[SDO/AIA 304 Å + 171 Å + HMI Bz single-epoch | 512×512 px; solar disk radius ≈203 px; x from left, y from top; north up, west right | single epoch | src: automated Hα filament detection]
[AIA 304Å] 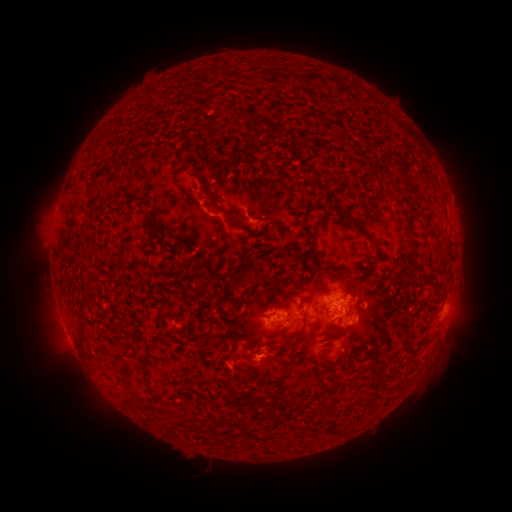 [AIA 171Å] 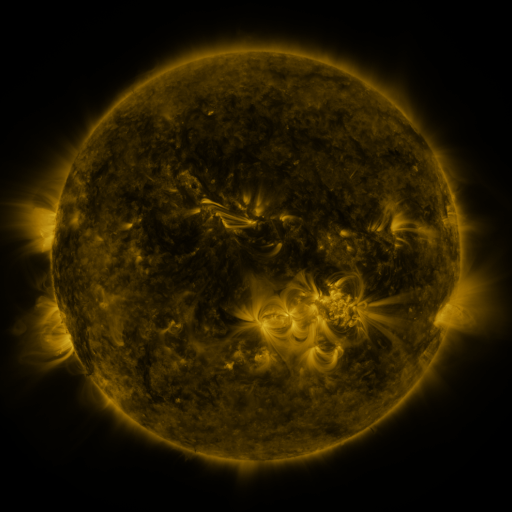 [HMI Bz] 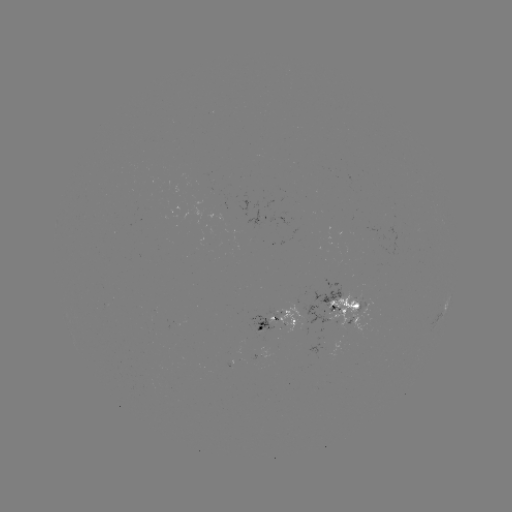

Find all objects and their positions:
filament: <bbox>210, 102, 221, 117</bbox>
filament: <bbox>232, 109, 252, 122</bbox>
filament: <bbox>263, 123, 285, 137</bbox>
filament: <bbox>390, 153, 408, 176</bbox>
filament: <bbox>191, 154, 202, 162</bbox>
filament: <bbox>273, 170, 290, 180</bbox>
filament: <bbox>327, 189, 380, 252</bbox>
filament: <bbox>291, 205, 300, 213</bbox>
filament: <bbox>228, 213, 238, 226</bbox>
filament: <bbox>141, 216, 159, 241</bbox>
filament: <bbox>302, 216, 317, 259</bbox>
filament: <bbox>434, 237, 441, 247</bbox>
filament: <bbox>164, 243, 182, 256</bbox>
filament: <bbox>432, 258, 445, 269</bbox>
filament: <bbox>322, 264, 333, 272</bbox>
filament: <bbox>353, 284, 361, 296</bbox>
filament: <bbox>251, 294, 266, 314</bbox>
filament: <bbox>79, 300, 93, 316</bbox>
filament: <bbox>325, 303, 332, 318</bbox>
filament: <bbox>82, 327, 88, 338</bbox>
filament: <bbox>232, 328, 244, 342</bbox>
filament: <bbox>404, 334, 418, 351</bbox>
filament: <bbox>296, 350, 309, 360</bbox>
filament: <bbox>144, 354, 152, 370</bbox>
filament: <bbox>365, 360, 374, 368</bbox>
filament: <bbox>369, 373, 379, 386</bbox>
filament: <bbox>275, 375, 287, 383</bbox>
filament: <bbox>362, 397, 376, 405</bbox>
